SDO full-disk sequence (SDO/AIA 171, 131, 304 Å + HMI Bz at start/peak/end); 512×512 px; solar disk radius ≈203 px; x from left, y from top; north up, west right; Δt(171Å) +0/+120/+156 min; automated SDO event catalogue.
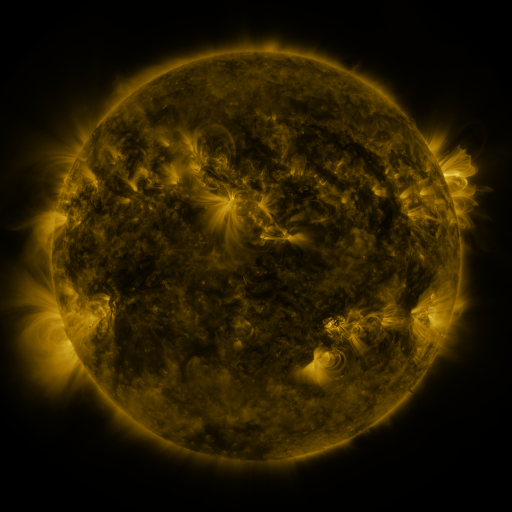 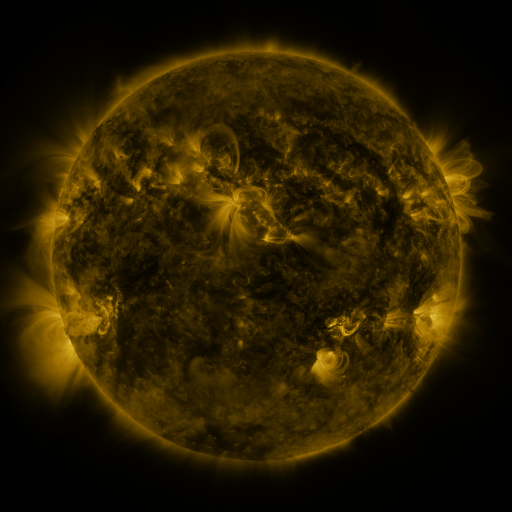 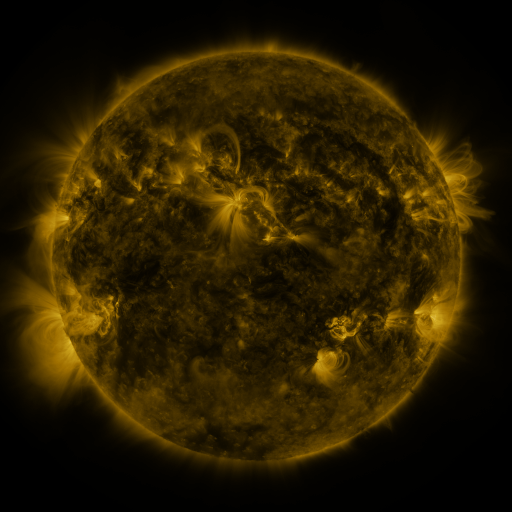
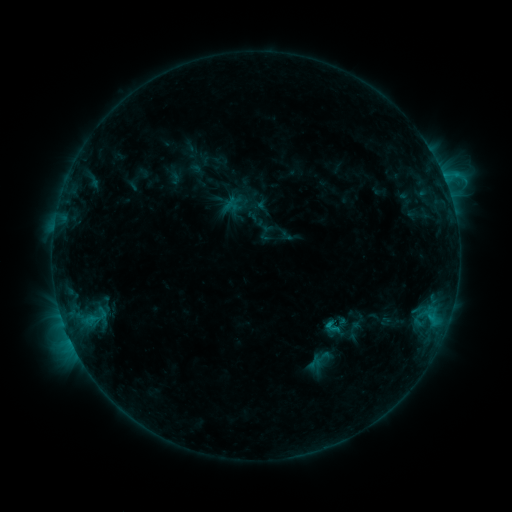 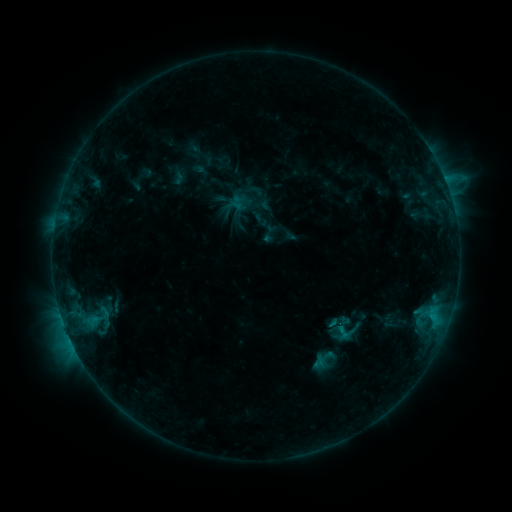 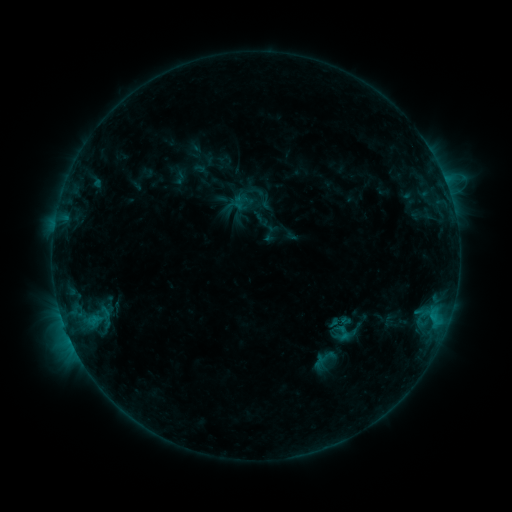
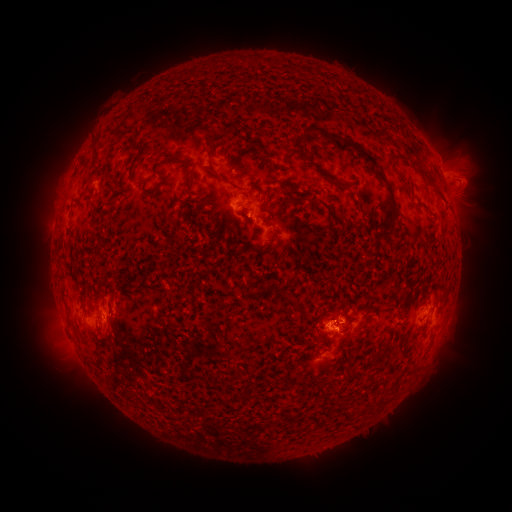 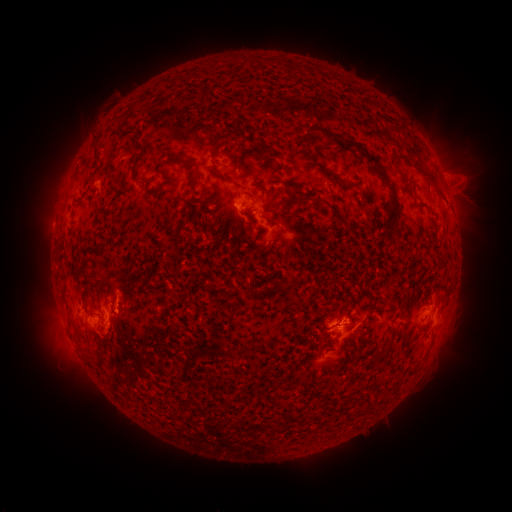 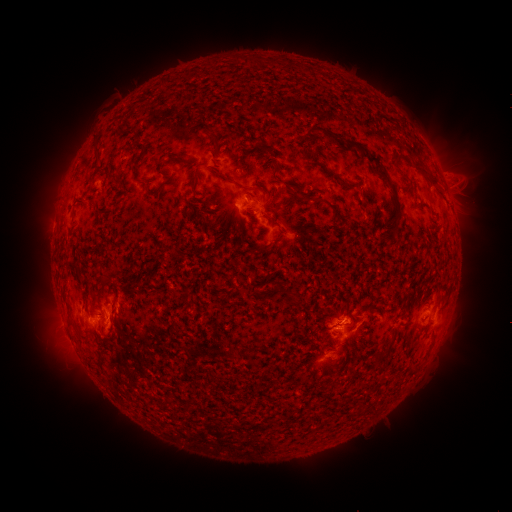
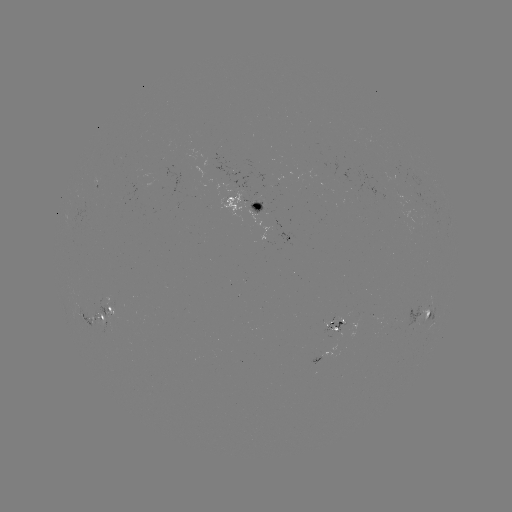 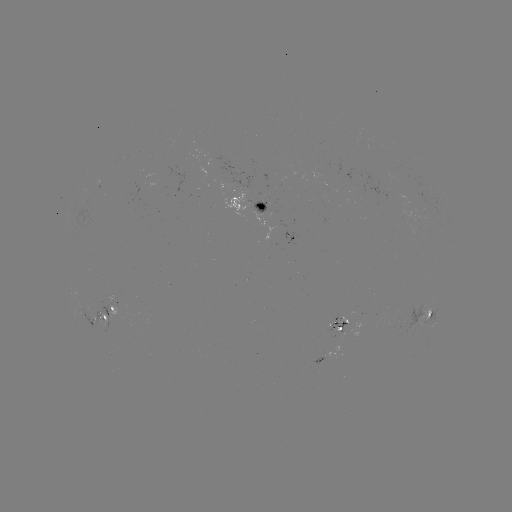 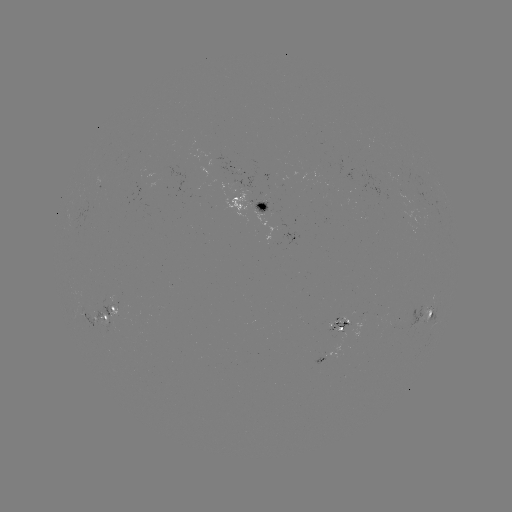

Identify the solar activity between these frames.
emerging-flux region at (261, 205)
